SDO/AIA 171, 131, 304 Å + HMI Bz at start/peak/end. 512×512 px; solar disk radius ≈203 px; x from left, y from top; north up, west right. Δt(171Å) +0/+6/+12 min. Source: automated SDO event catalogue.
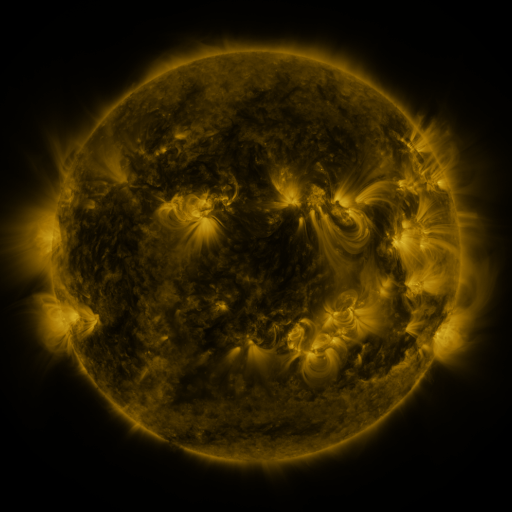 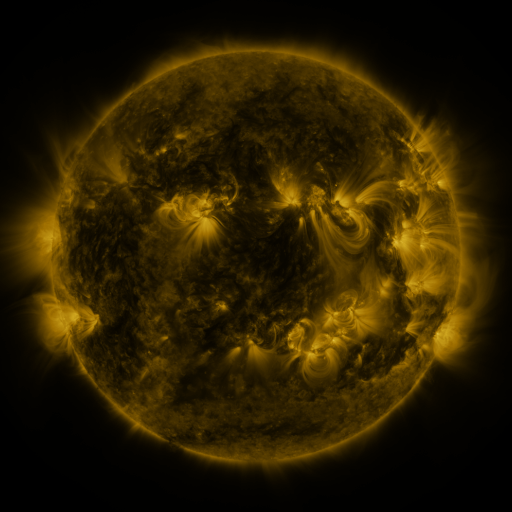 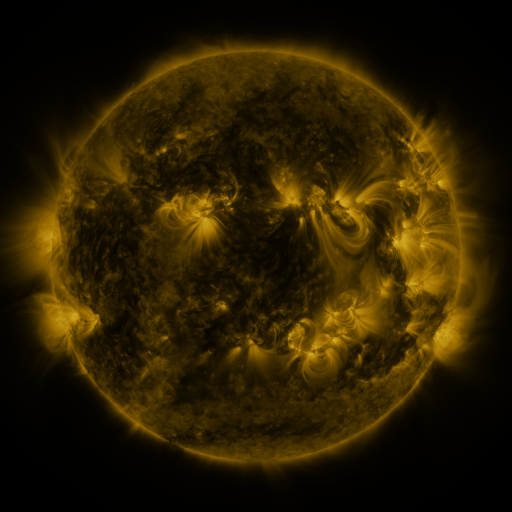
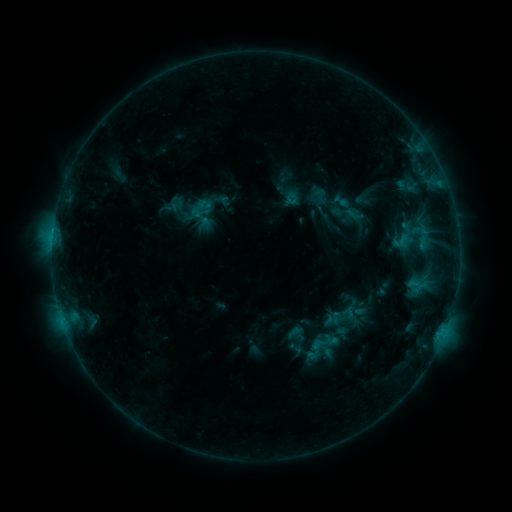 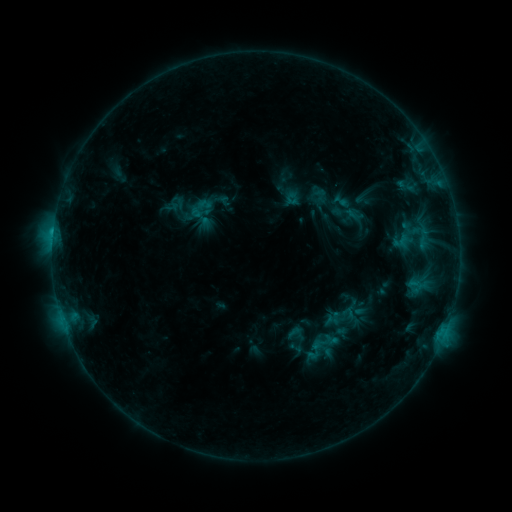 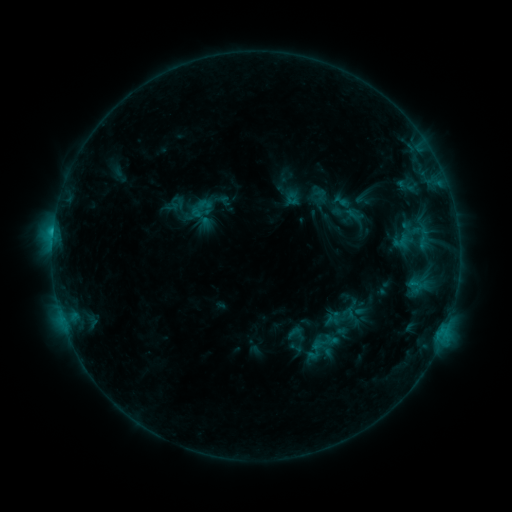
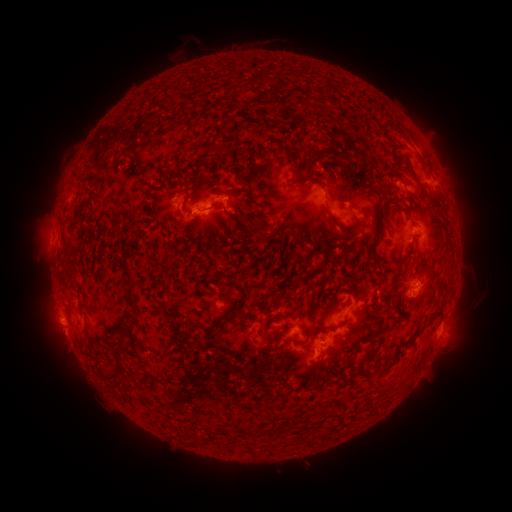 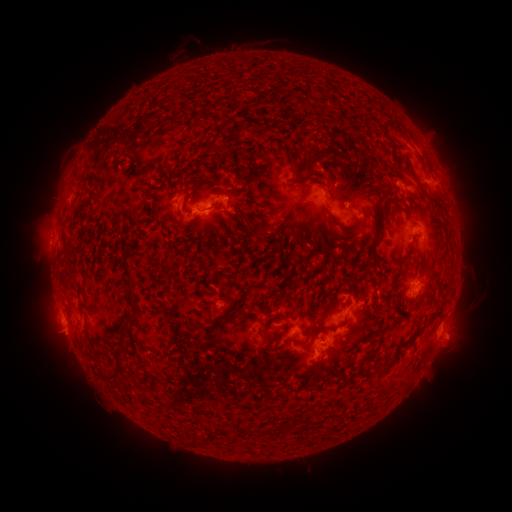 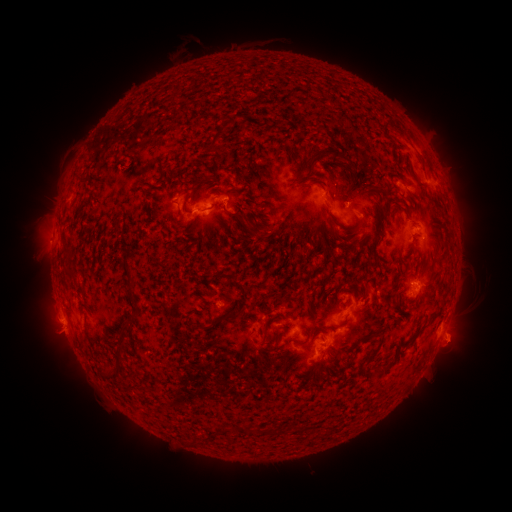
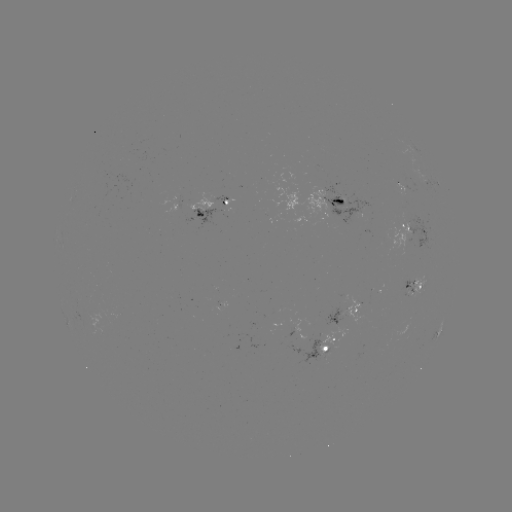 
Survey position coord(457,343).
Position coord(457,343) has eruption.